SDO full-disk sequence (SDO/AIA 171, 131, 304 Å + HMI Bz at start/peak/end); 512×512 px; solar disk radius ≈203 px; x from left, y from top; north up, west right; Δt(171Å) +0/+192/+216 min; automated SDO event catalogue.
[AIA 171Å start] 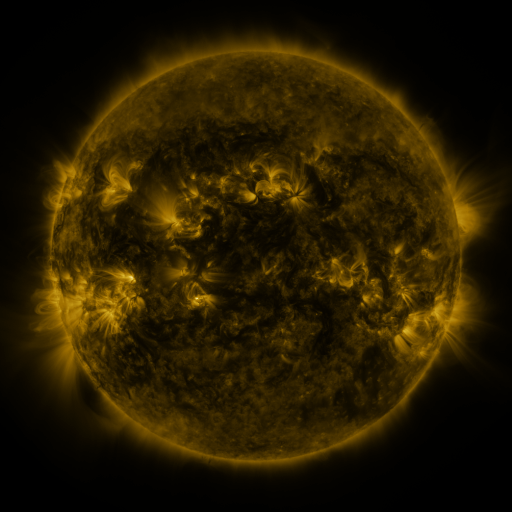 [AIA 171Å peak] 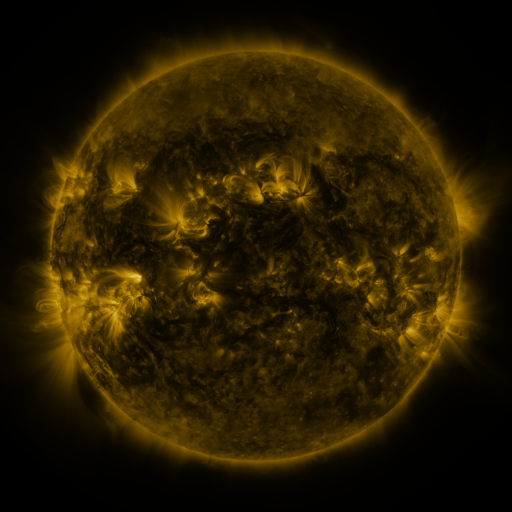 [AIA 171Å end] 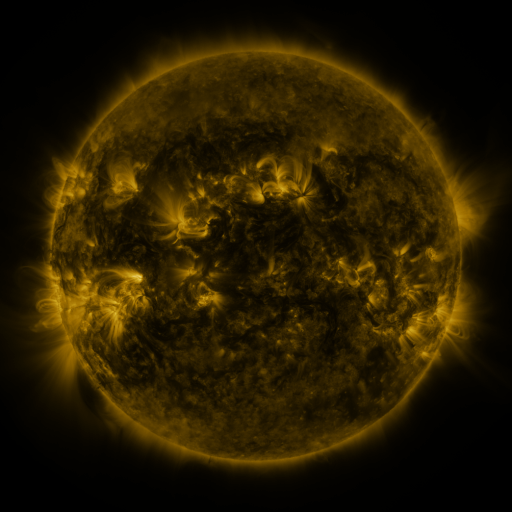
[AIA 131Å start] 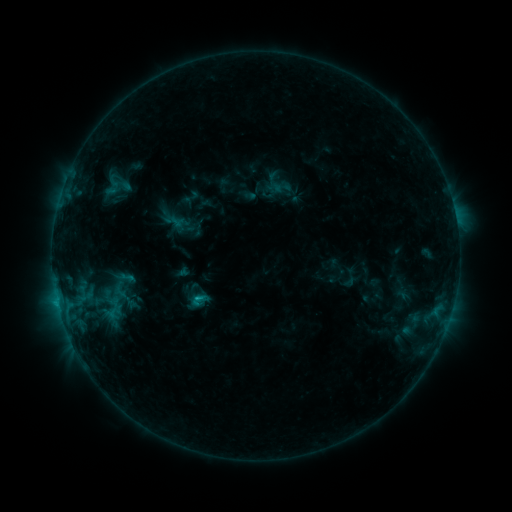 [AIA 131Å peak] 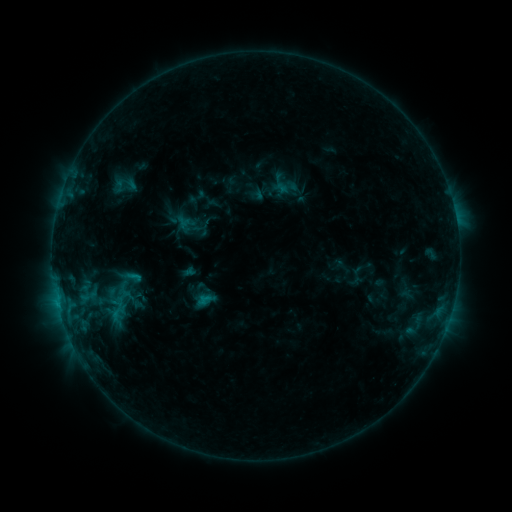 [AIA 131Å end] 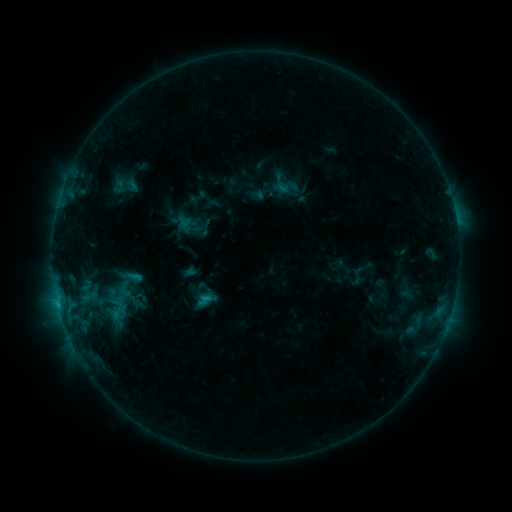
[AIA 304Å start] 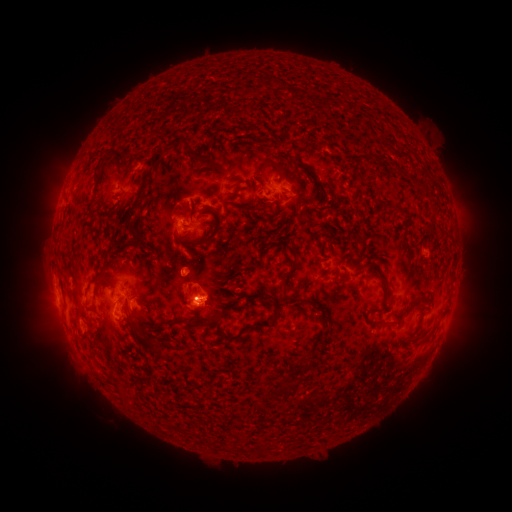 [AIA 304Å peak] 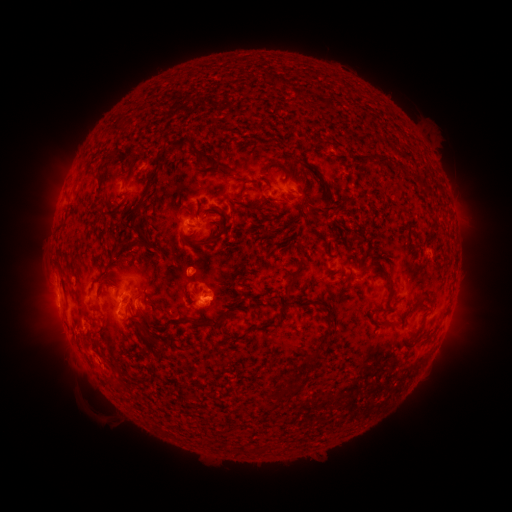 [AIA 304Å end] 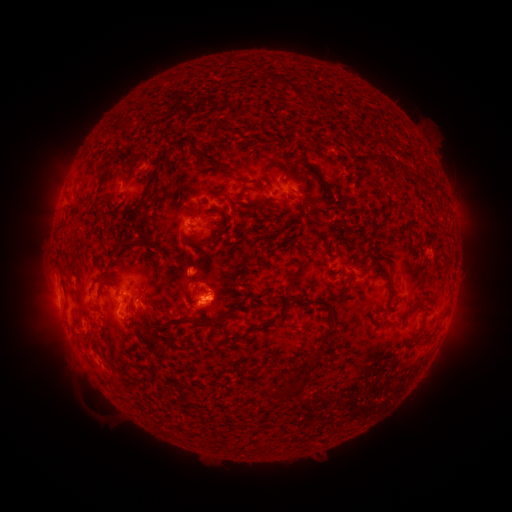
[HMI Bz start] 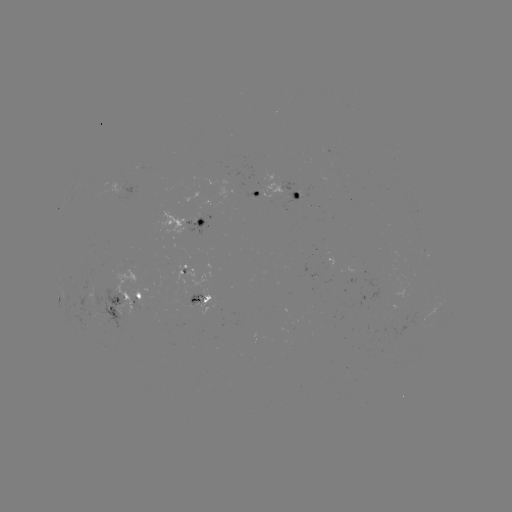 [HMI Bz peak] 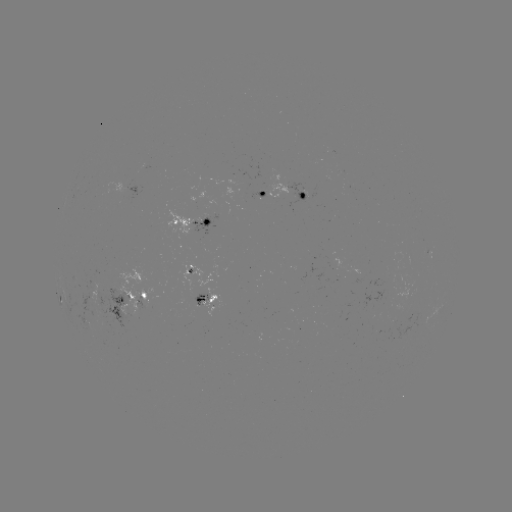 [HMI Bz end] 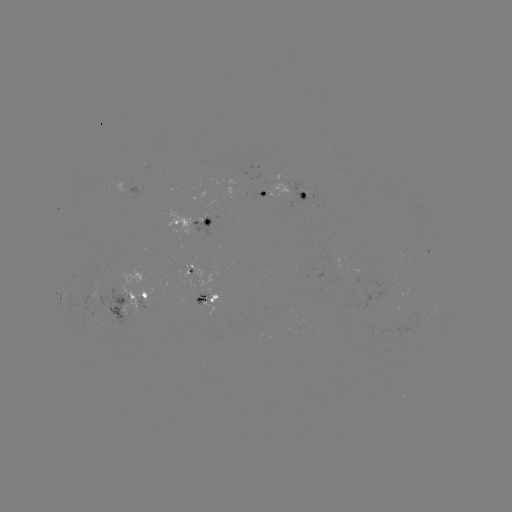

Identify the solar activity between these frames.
emerging-flux region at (93, 312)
